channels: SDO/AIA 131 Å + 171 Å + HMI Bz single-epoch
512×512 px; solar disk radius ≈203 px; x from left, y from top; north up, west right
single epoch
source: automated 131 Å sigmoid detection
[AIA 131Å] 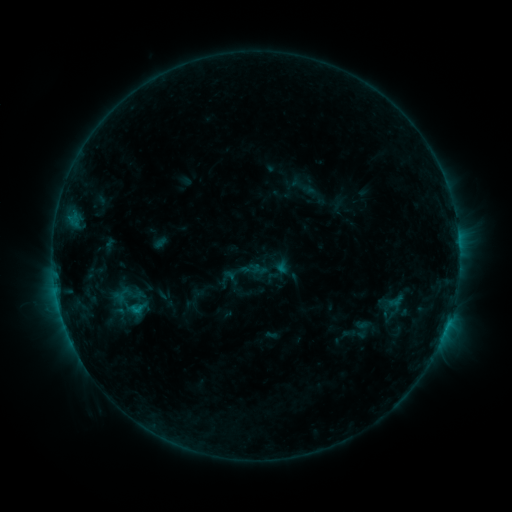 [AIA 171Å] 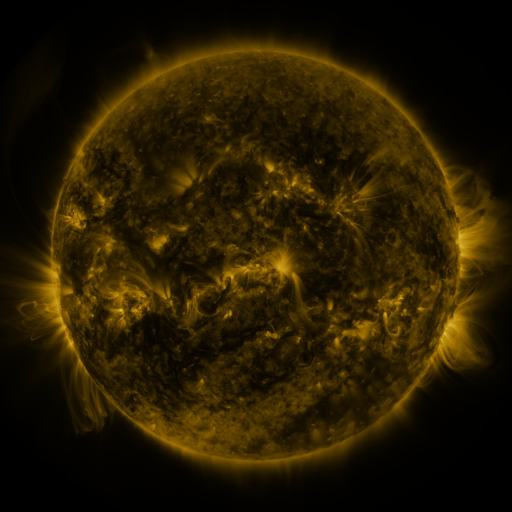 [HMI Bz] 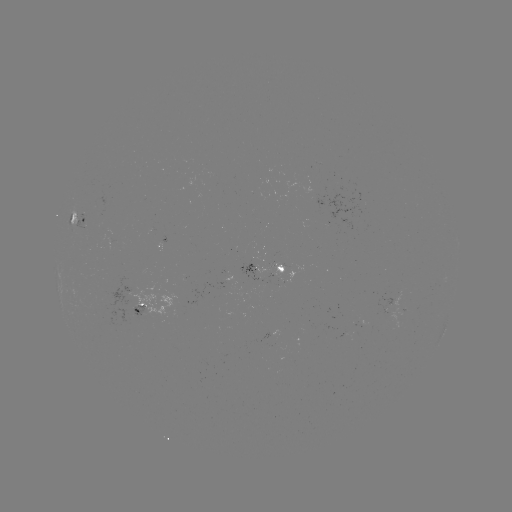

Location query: sigmoid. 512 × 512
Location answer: (139, 309).